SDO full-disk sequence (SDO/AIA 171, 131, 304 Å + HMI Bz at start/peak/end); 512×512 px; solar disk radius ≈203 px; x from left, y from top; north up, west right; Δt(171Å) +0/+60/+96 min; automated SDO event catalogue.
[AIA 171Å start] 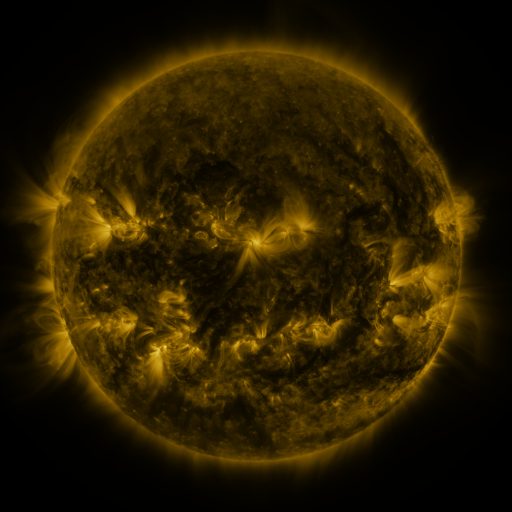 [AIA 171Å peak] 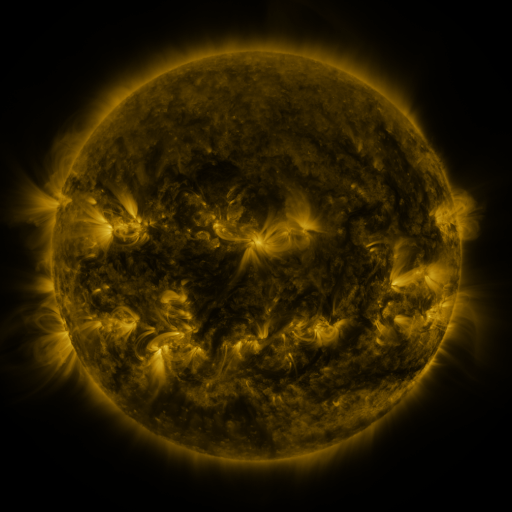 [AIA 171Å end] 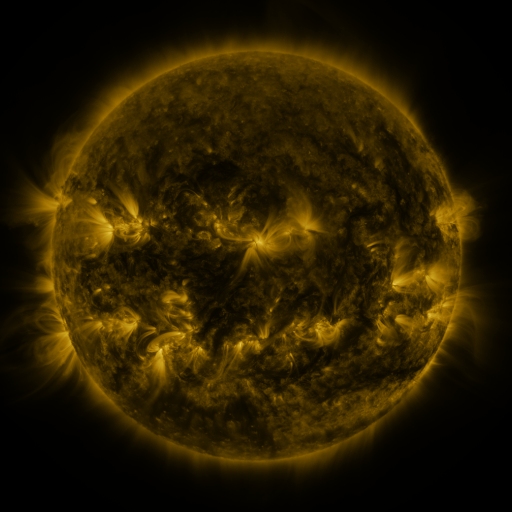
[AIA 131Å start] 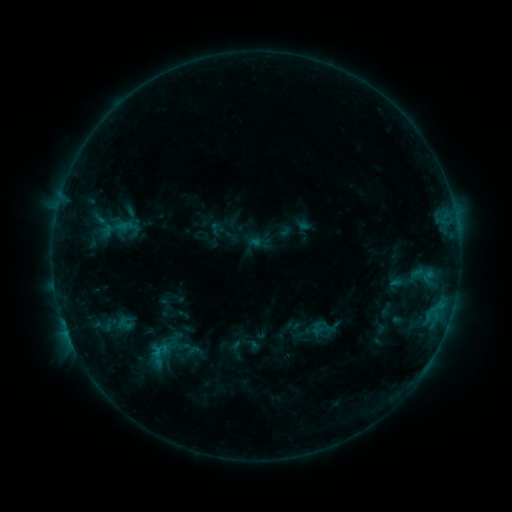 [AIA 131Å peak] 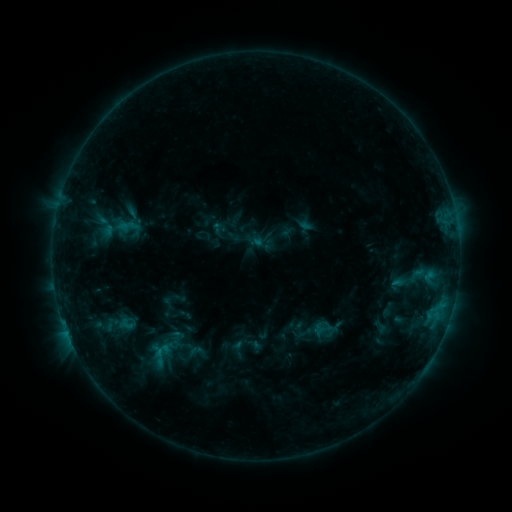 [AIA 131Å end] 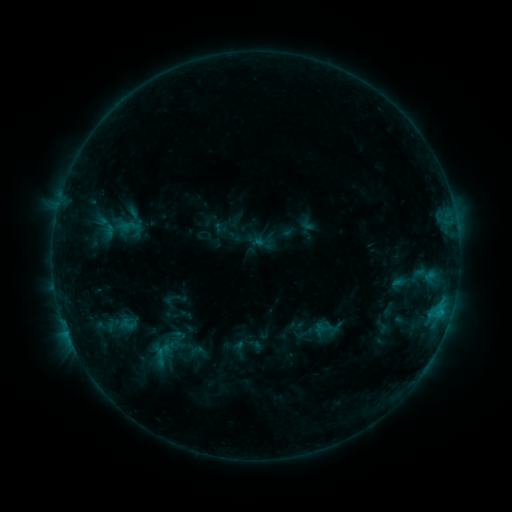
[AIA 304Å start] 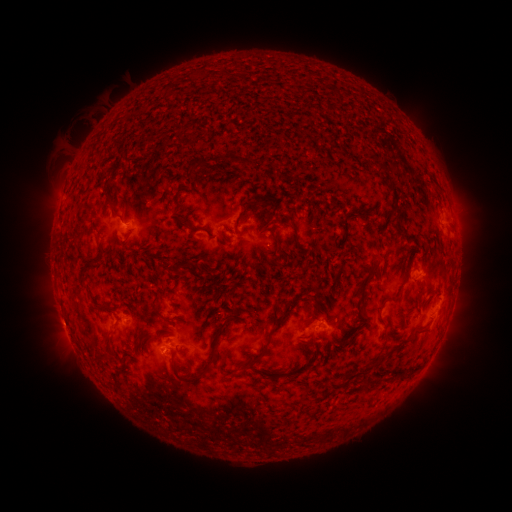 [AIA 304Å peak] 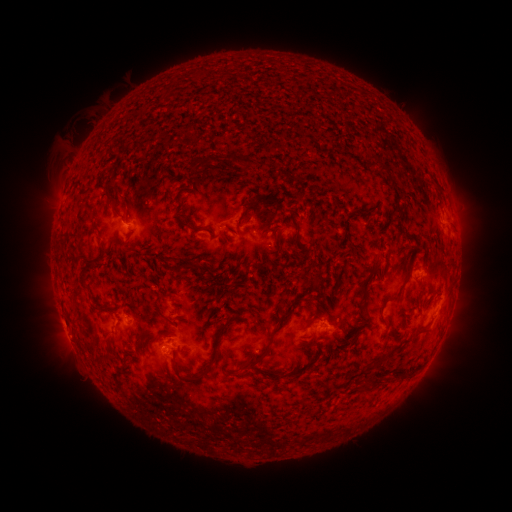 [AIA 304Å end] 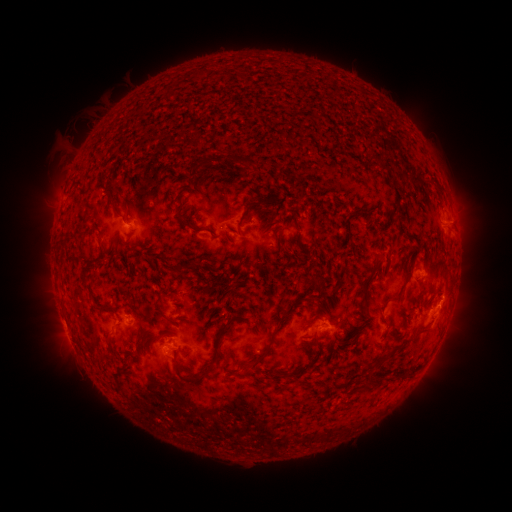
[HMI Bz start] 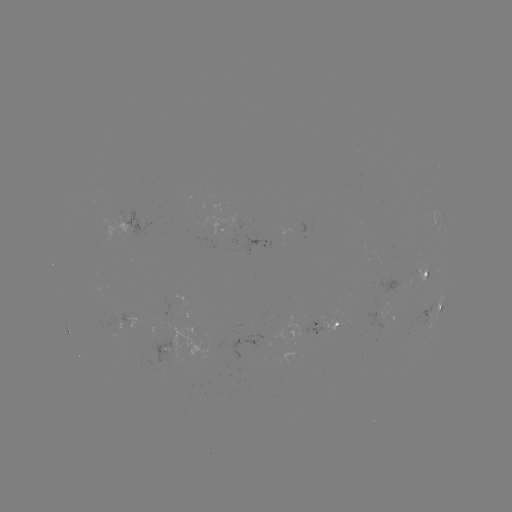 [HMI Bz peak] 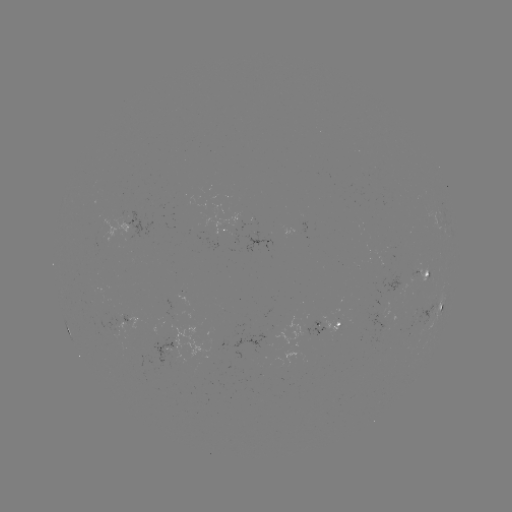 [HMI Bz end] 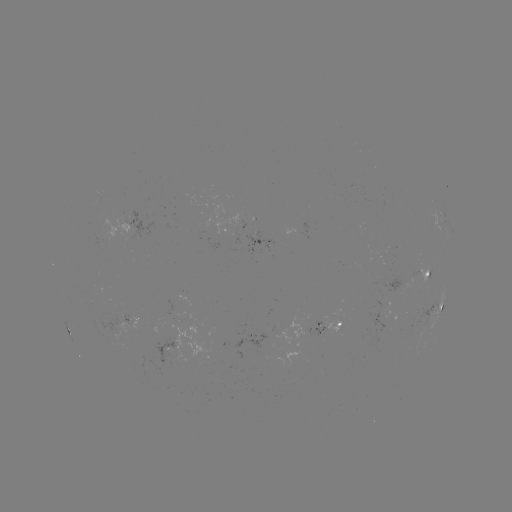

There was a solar emerging-flux region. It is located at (165, 350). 